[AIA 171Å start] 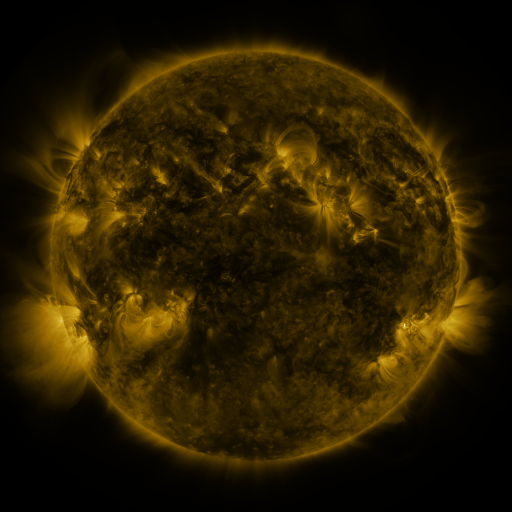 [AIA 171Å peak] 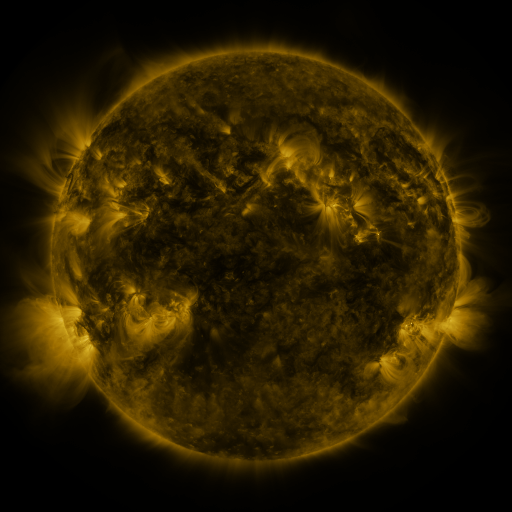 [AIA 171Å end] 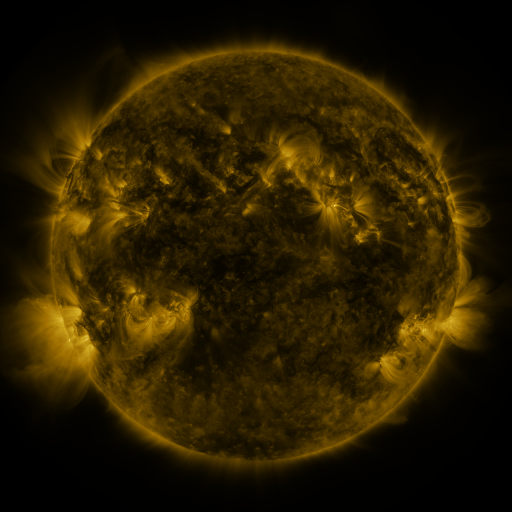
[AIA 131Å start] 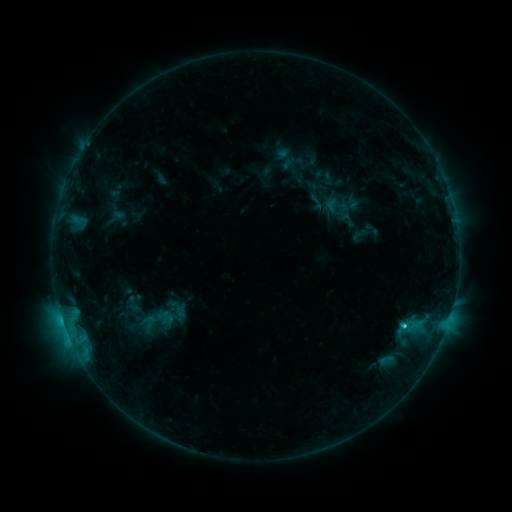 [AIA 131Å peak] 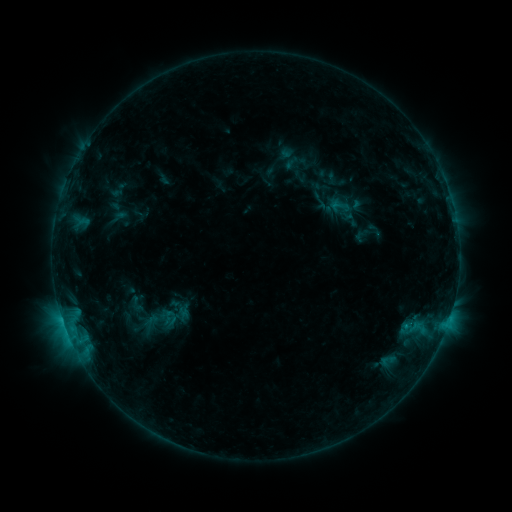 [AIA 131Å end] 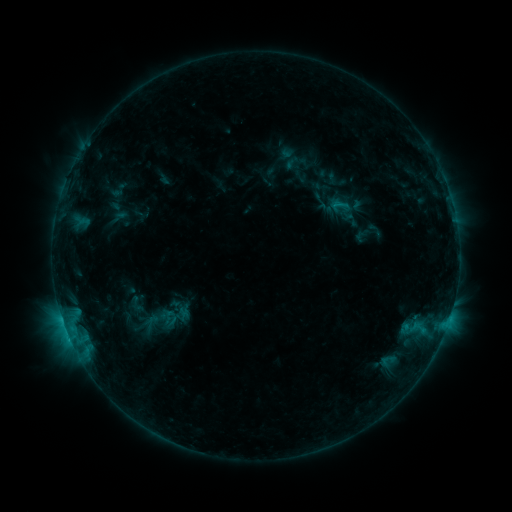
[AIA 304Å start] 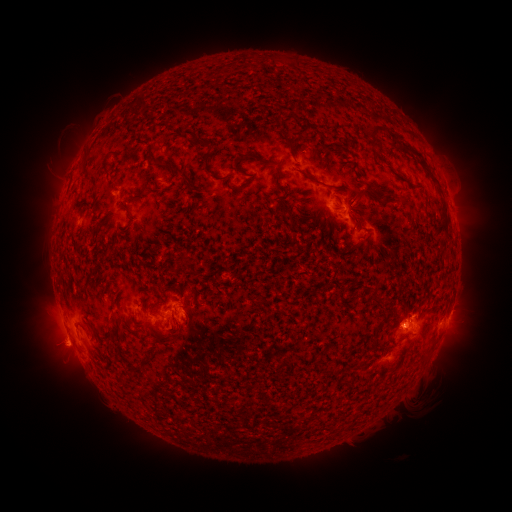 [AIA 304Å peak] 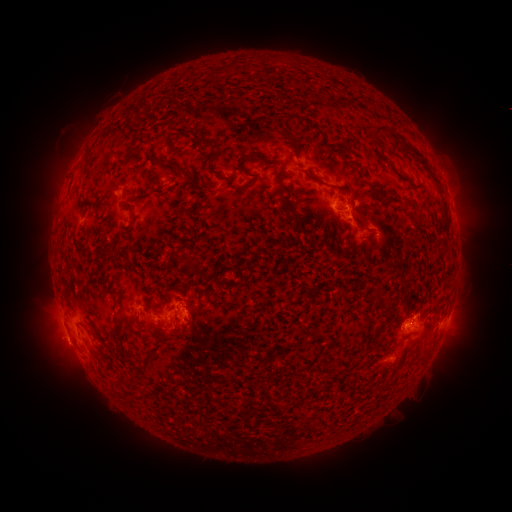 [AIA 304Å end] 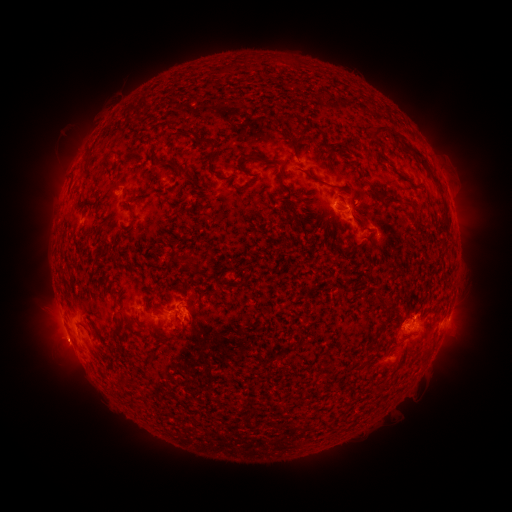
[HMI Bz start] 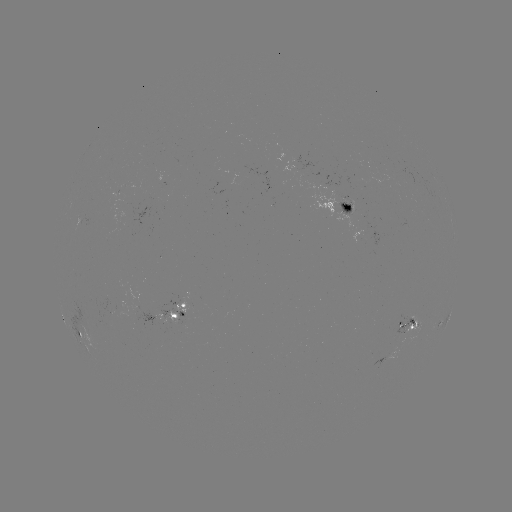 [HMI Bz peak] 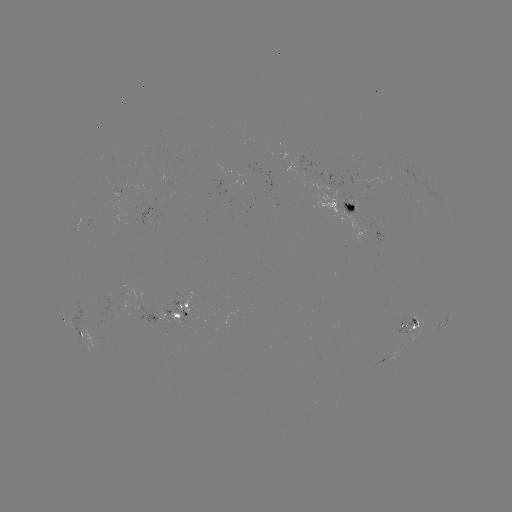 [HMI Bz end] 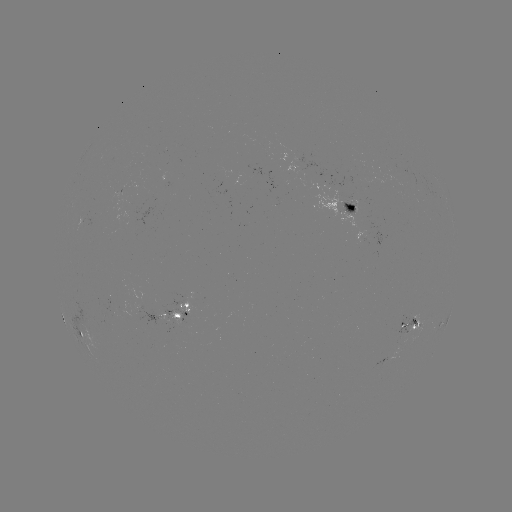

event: emerging-flux region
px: (350, 205)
